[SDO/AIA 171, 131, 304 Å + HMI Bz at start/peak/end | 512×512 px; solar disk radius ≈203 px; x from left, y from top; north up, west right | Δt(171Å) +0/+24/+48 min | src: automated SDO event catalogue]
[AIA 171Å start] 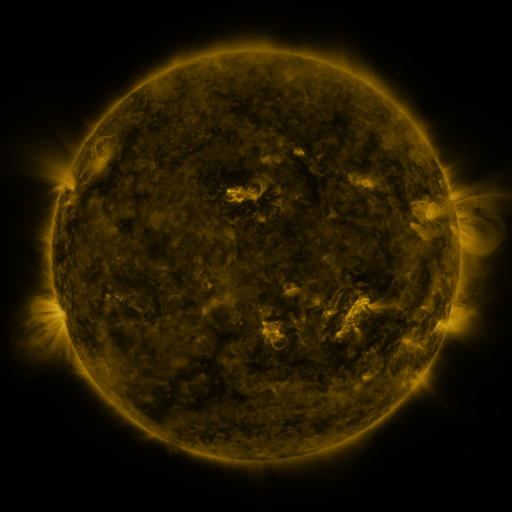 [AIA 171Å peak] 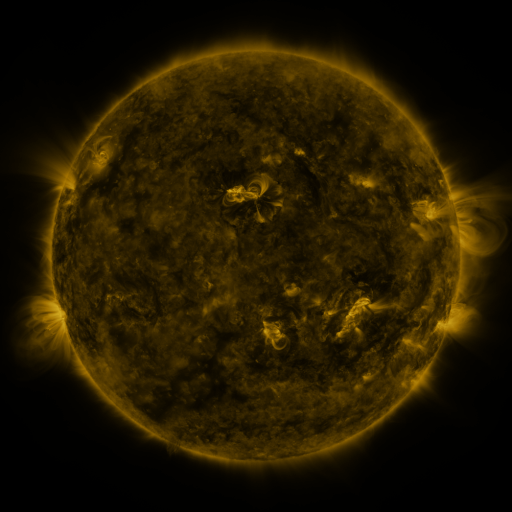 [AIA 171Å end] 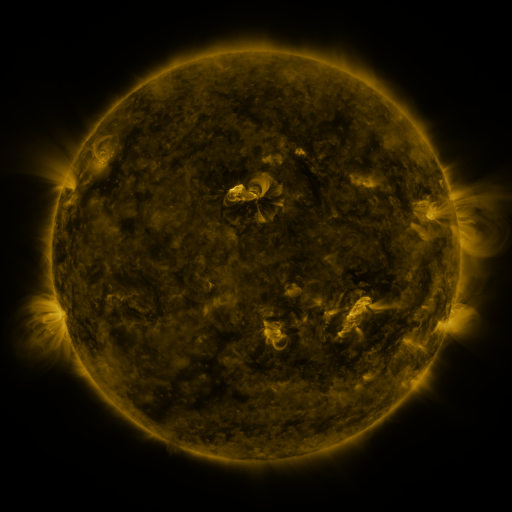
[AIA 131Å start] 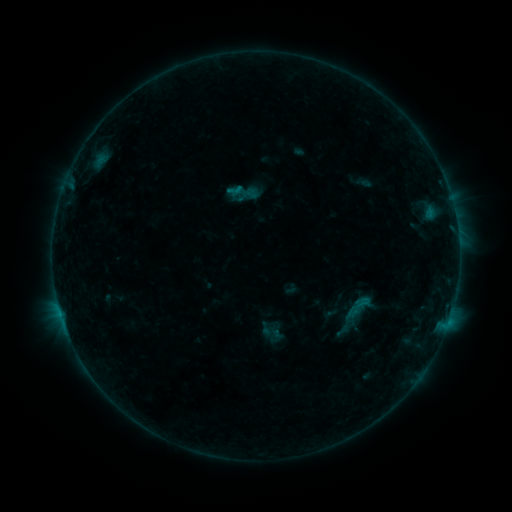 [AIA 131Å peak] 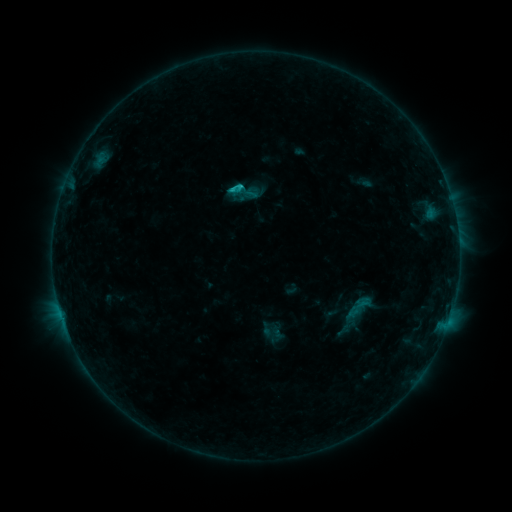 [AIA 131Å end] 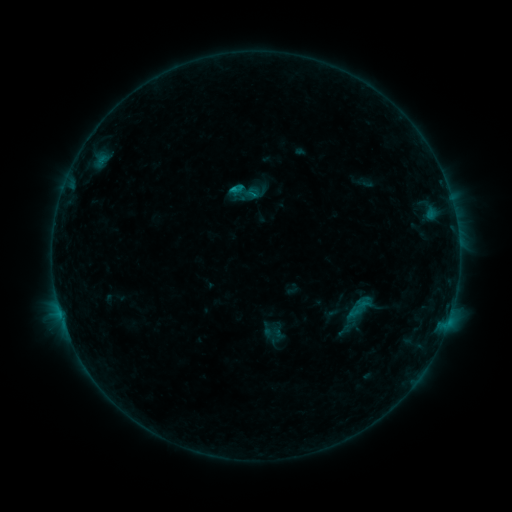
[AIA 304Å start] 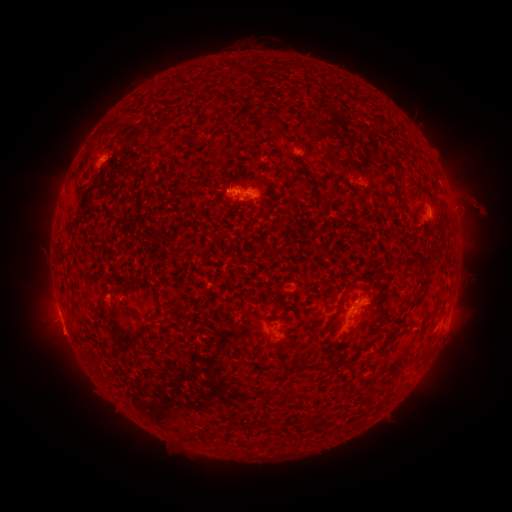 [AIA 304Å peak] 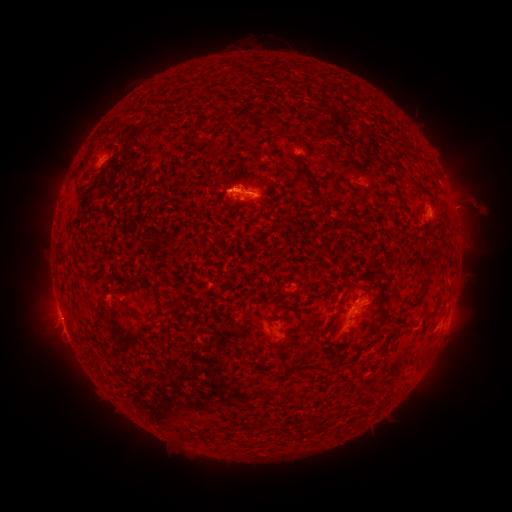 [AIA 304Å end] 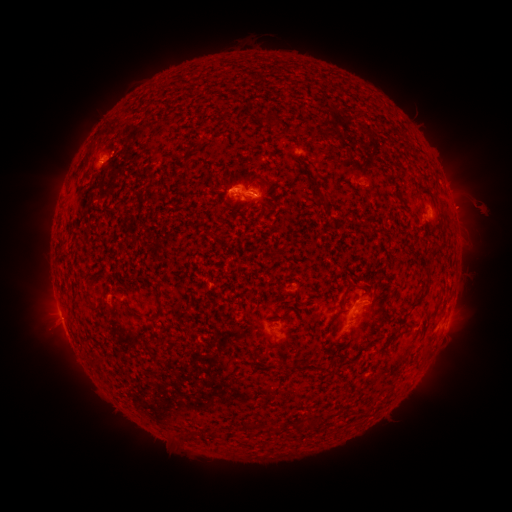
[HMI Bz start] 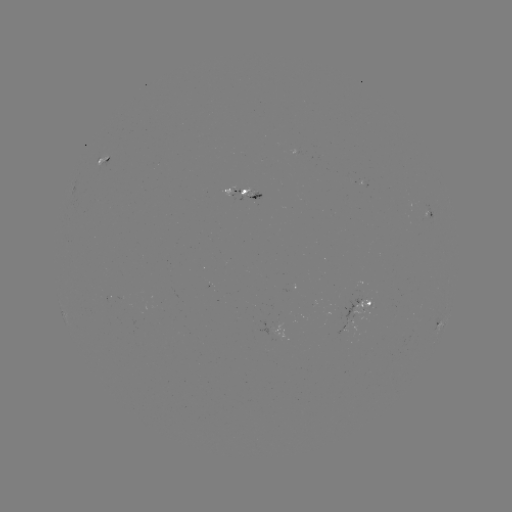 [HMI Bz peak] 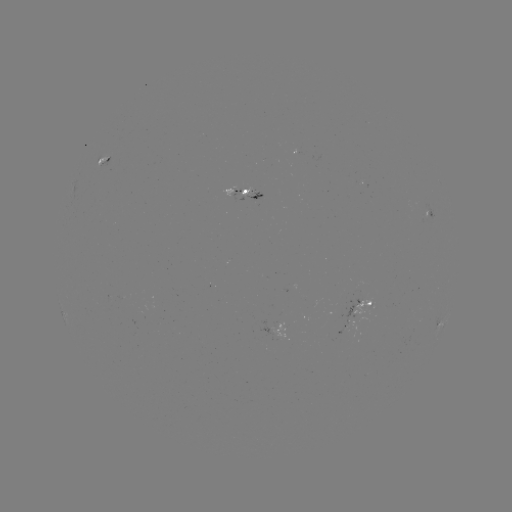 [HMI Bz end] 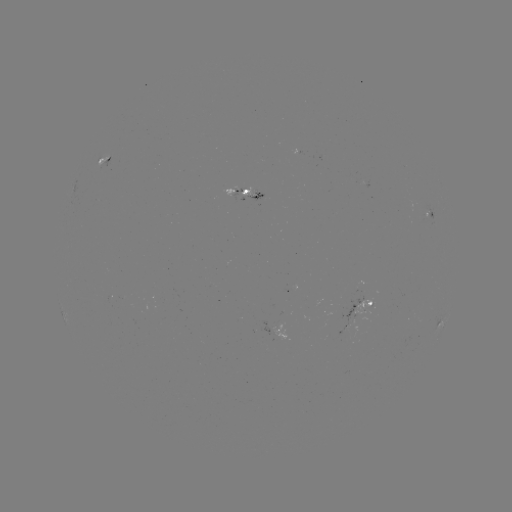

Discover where C1.1 flare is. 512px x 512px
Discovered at (242, 189).